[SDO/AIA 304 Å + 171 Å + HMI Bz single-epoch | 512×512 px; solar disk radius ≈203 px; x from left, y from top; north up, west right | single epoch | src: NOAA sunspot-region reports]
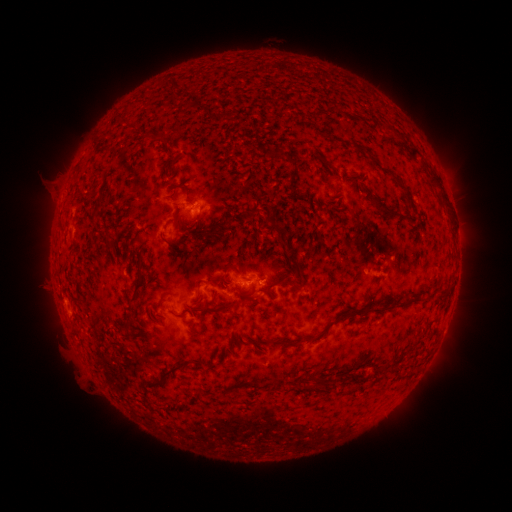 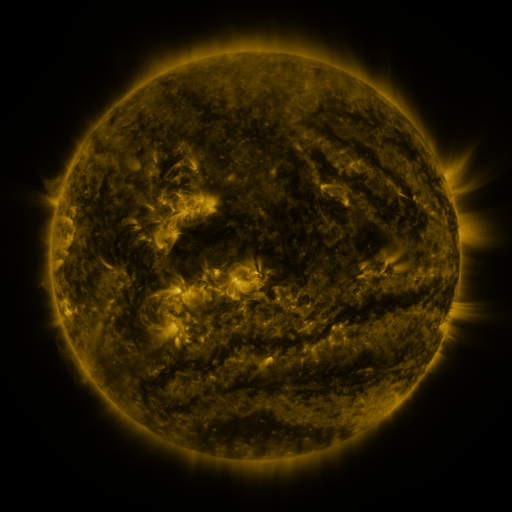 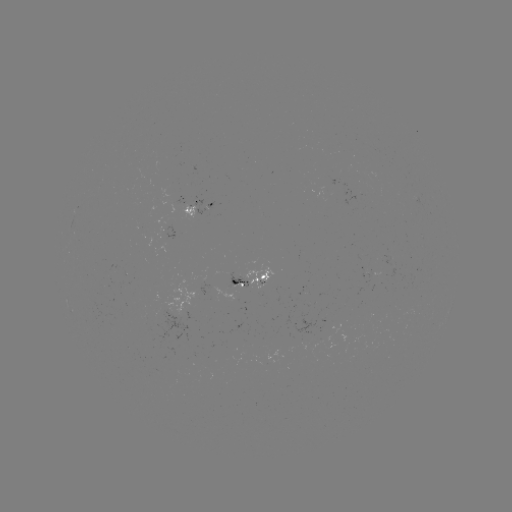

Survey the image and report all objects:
spotted active region: (196, 210)
spotted active region: (249, 276)
